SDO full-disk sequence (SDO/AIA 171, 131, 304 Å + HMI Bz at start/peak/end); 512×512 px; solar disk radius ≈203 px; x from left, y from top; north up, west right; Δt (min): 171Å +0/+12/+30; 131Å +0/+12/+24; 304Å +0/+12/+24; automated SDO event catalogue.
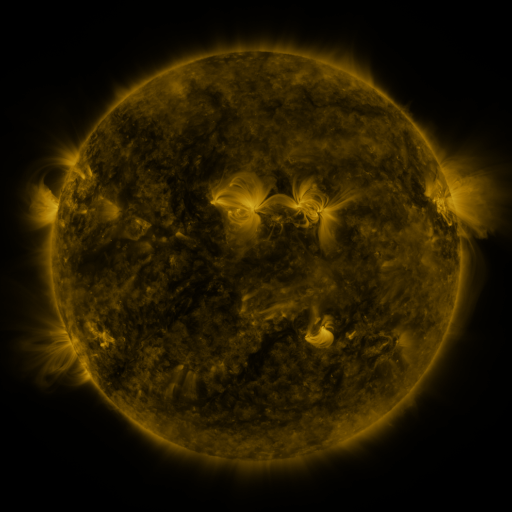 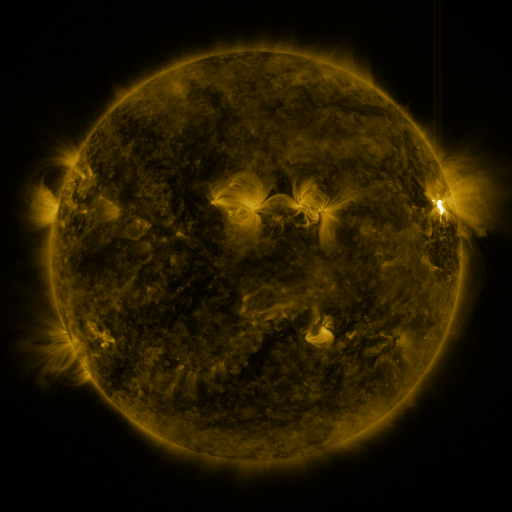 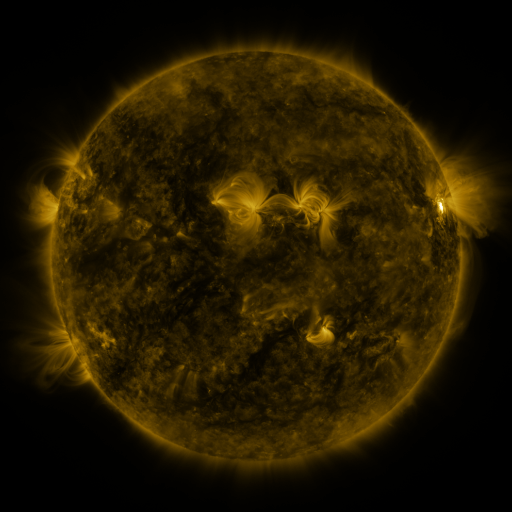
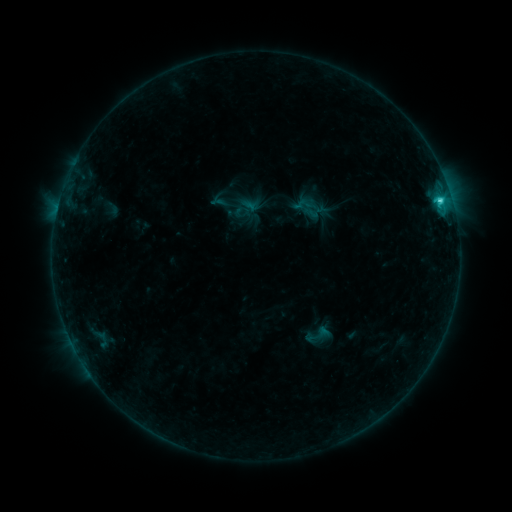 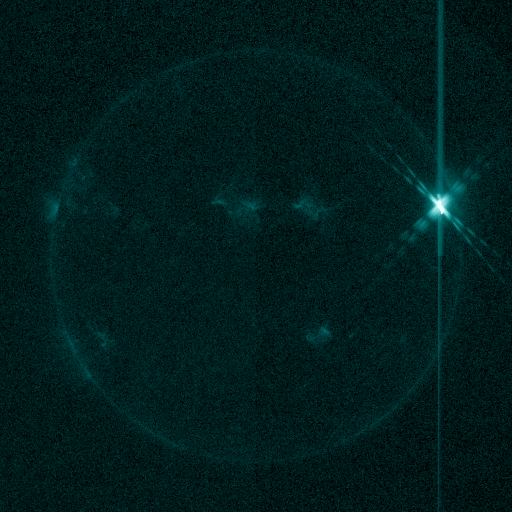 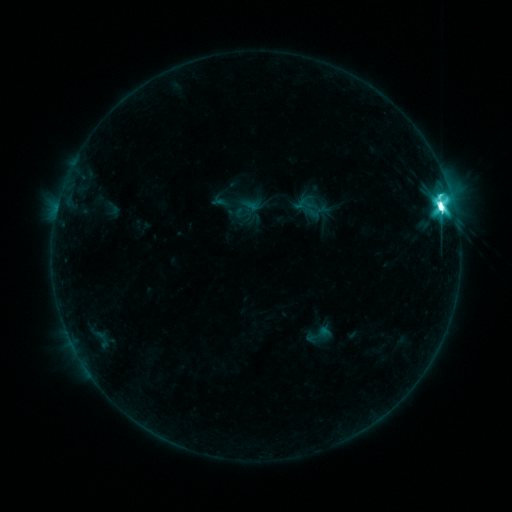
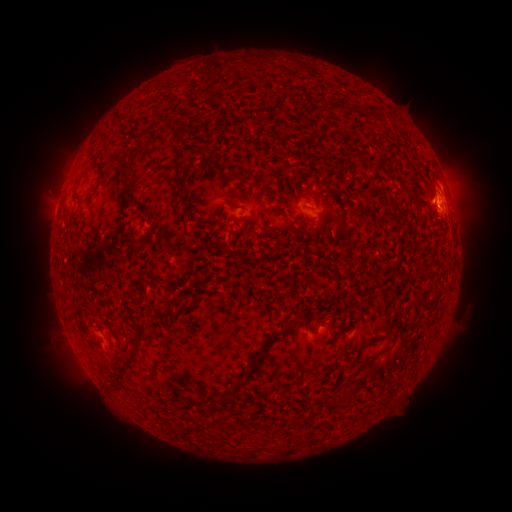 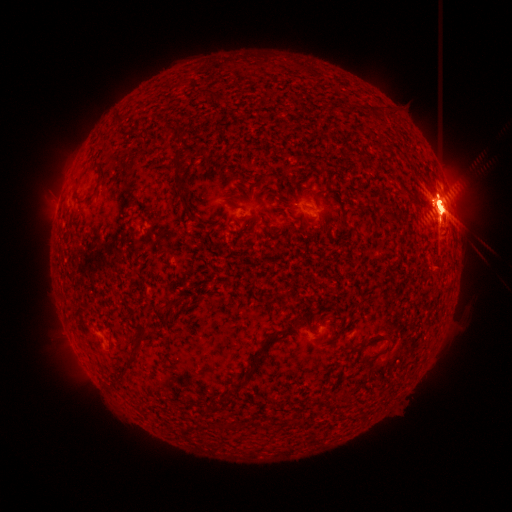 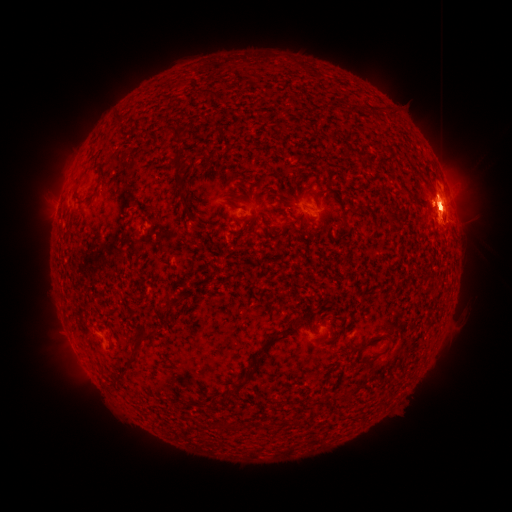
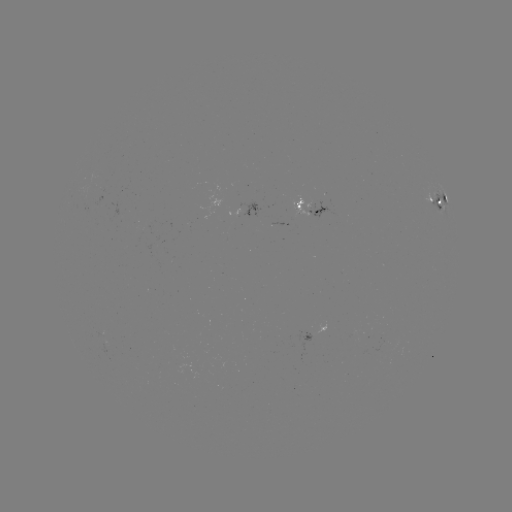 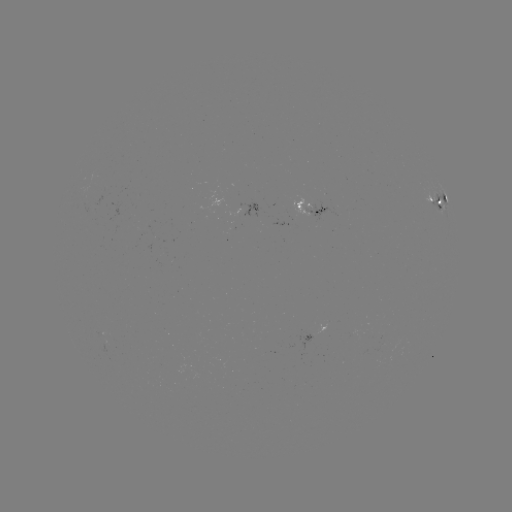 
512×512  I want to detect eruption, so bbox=[367, 134, 511, 281].